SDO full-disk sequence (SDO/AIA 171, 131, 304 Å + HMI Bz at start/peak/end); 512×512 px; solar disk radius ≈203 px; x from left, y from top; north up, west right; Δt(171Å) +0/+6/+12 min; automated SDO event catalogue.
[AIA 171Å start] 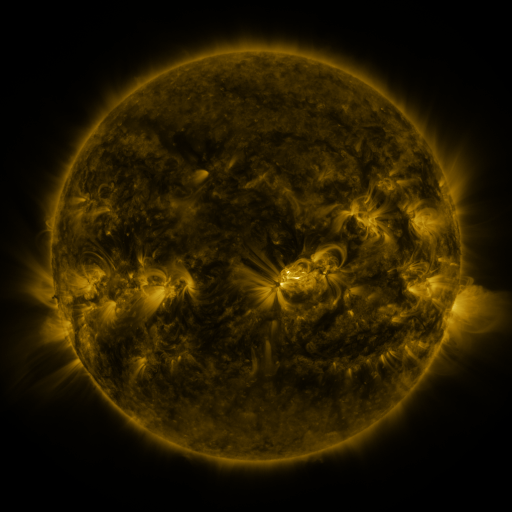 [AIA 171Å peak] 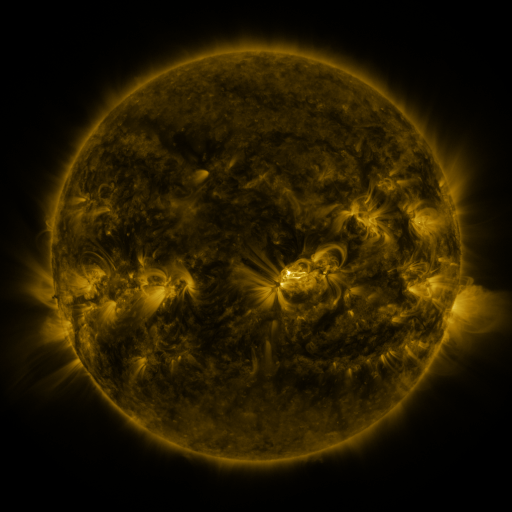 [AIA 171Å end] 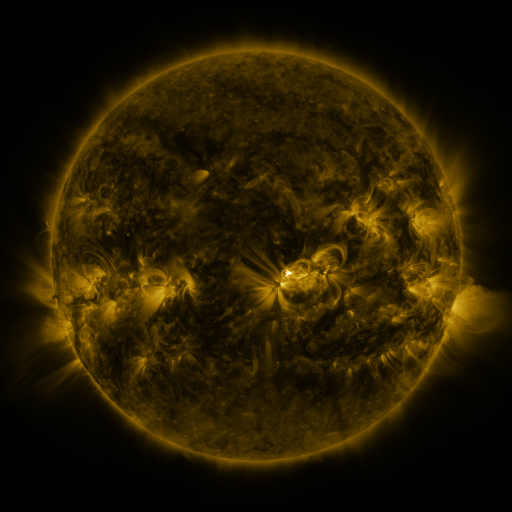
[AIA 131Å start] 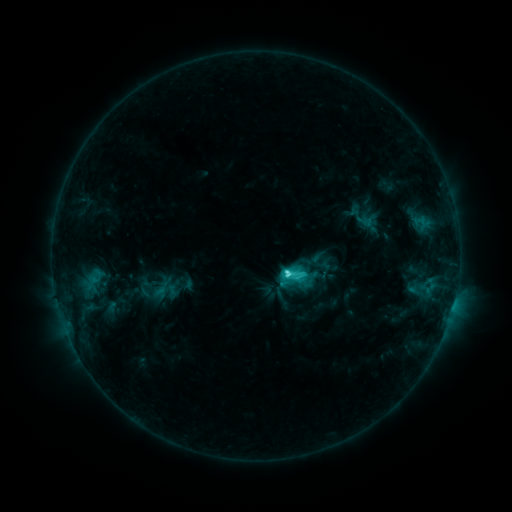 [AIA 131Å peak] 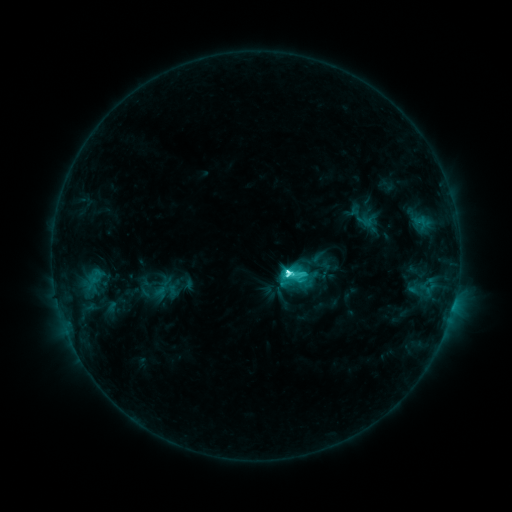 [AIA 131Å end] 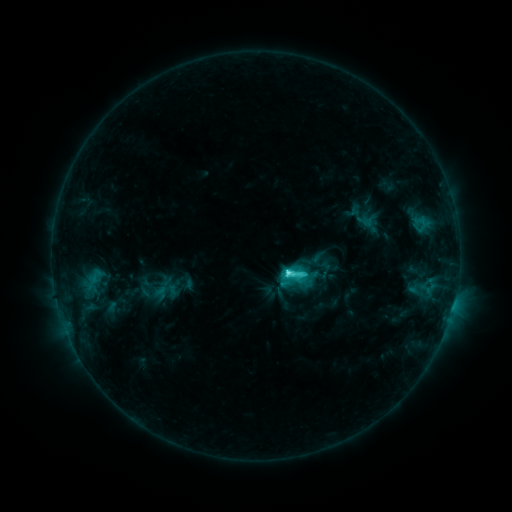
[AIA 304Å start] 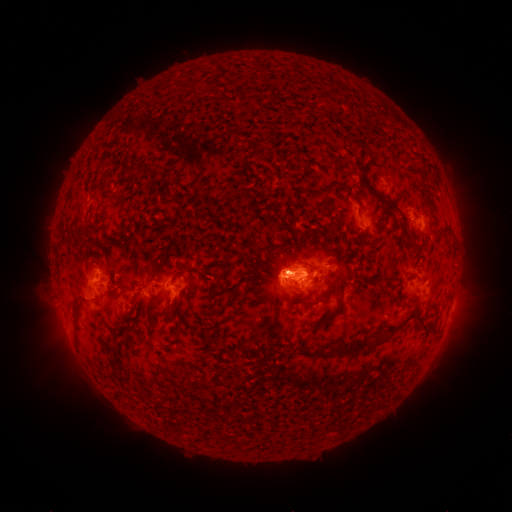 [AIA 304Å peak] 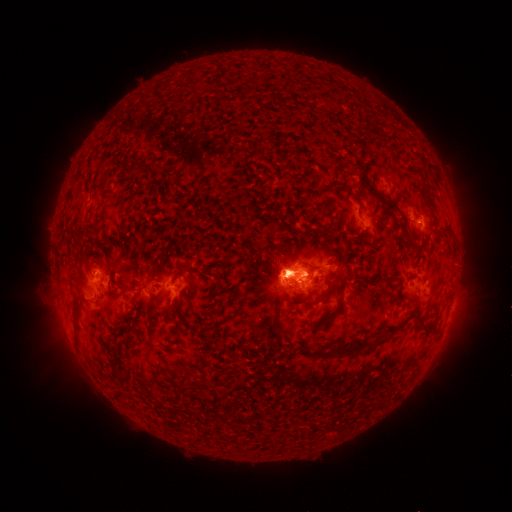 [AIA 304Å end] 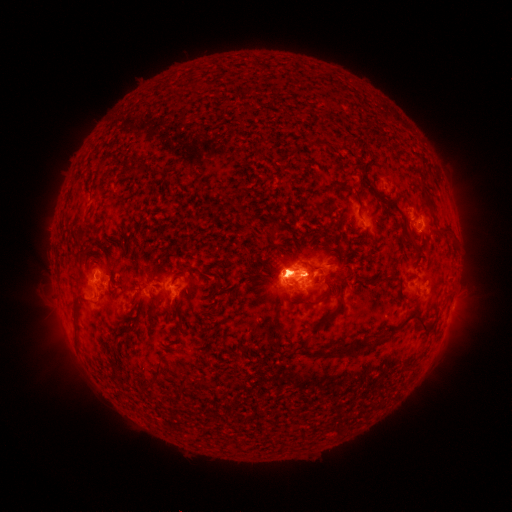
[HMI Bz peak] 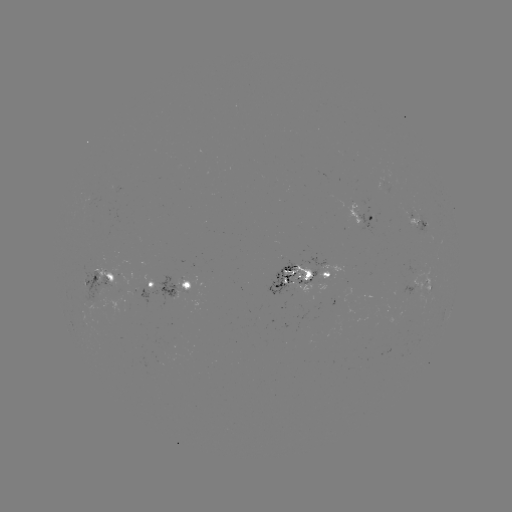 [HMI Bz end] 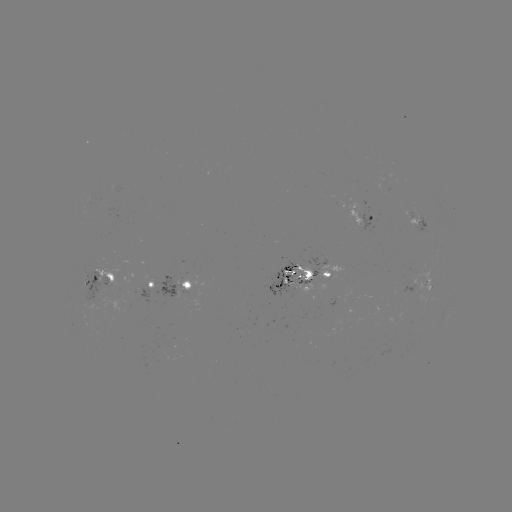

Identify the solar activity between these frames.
C7.4 flare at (287, 271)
